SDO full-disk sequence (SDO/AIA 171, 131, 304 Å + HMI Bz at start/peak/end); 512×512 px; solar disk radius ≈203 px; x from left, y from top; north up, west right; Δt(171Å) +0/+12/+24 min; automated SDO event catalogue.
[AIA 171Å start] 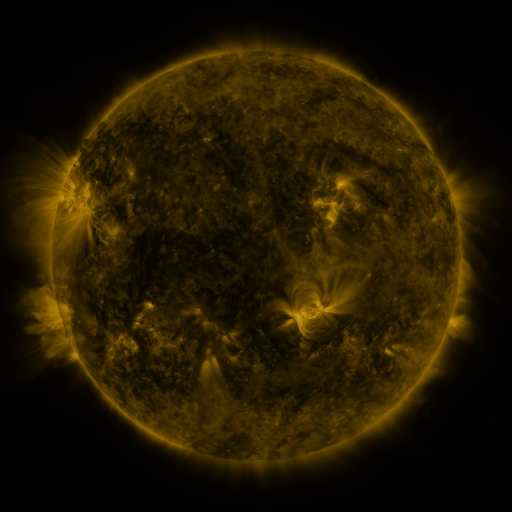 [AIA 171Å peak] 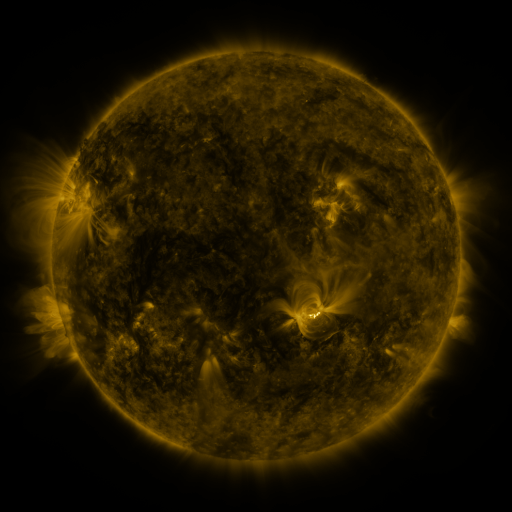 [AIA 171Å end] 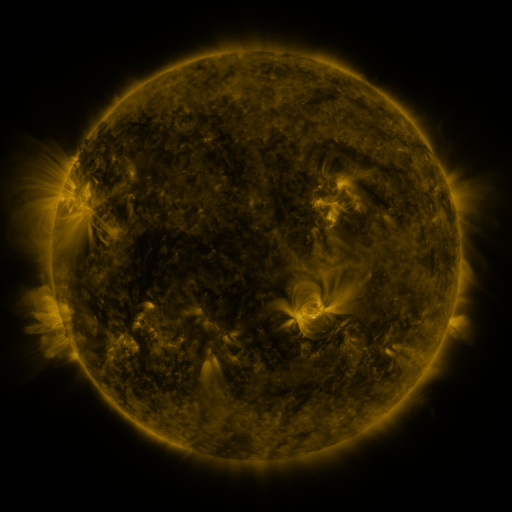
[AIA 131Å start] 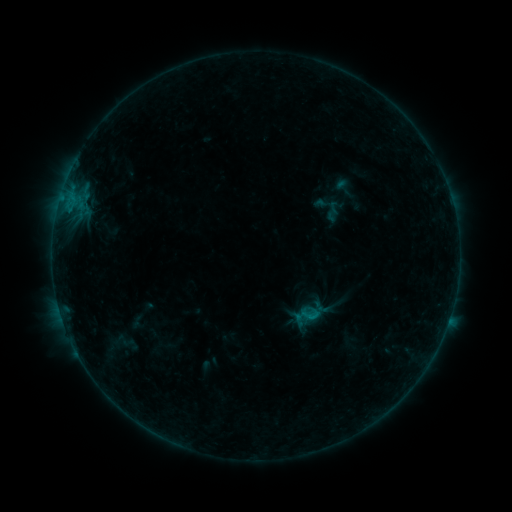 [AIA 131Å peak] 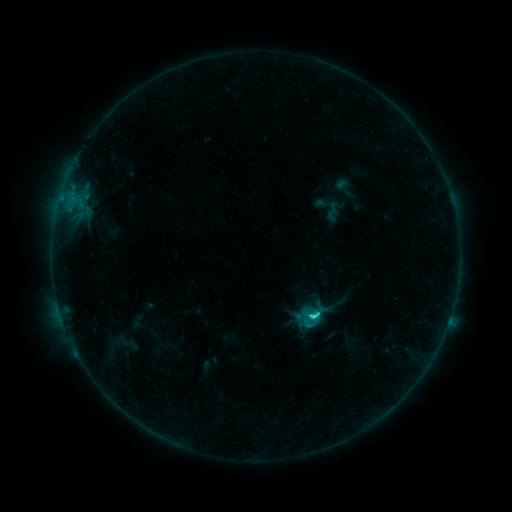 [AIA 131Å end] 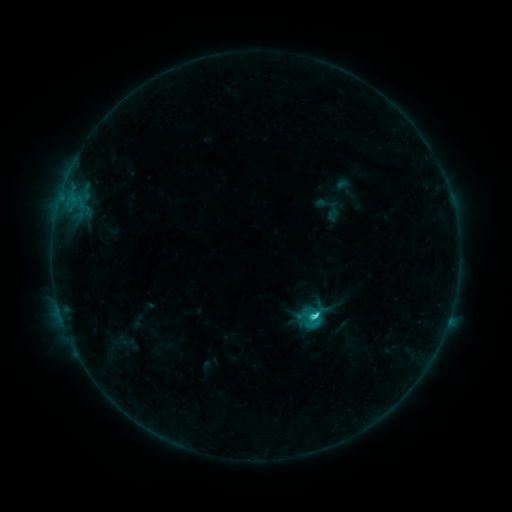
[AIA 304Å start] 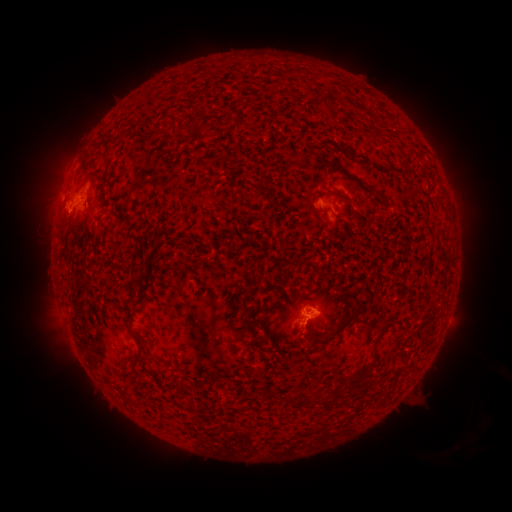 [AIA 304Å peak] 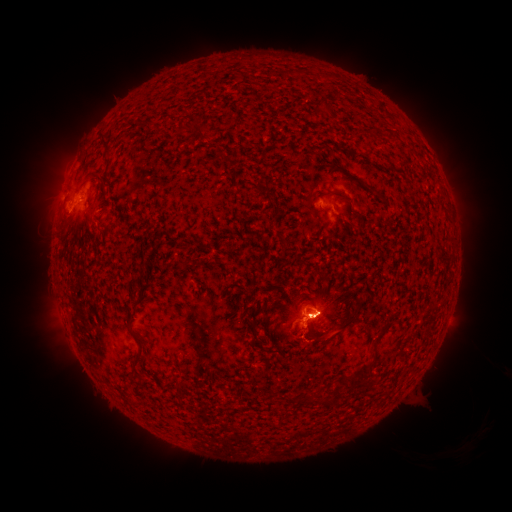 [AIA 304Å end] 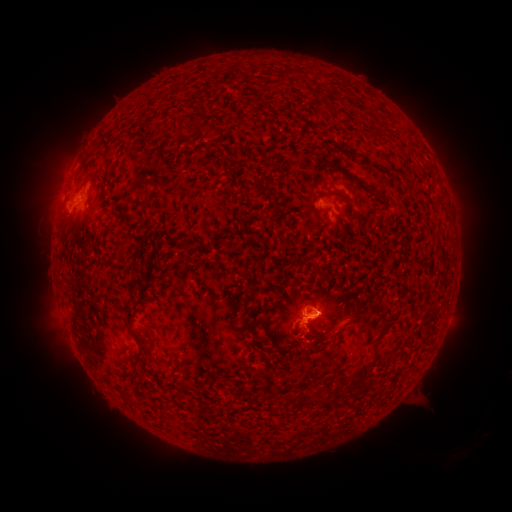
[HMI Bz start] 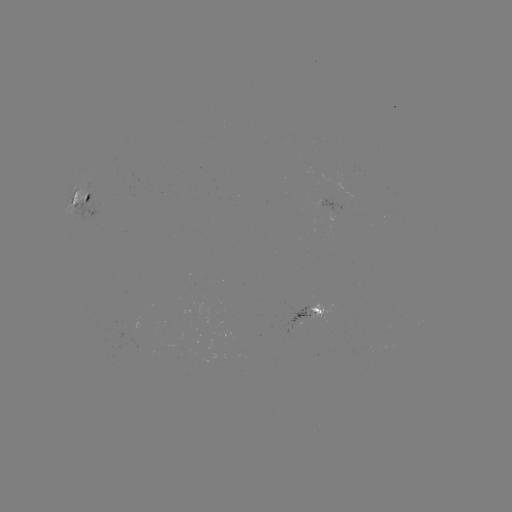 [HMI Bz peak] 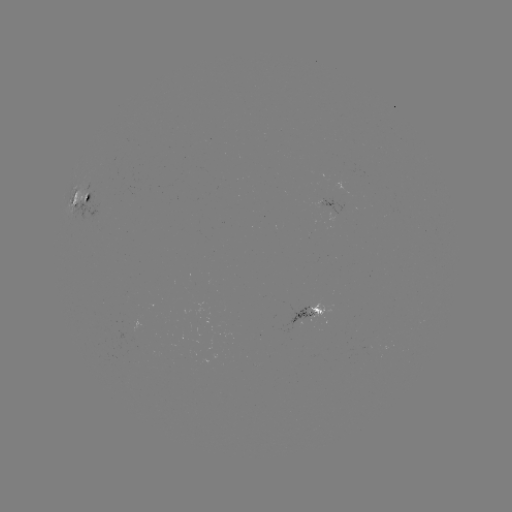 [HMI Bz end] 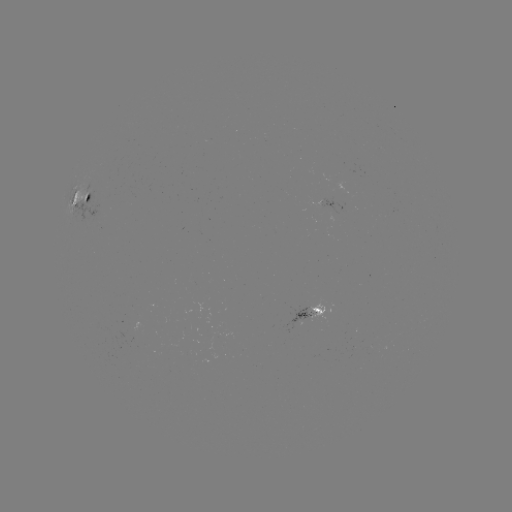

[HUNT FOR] C3.2 flare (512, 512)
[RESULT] [313, 315]